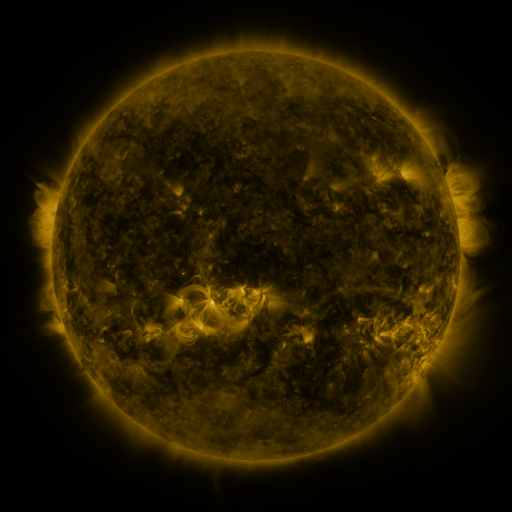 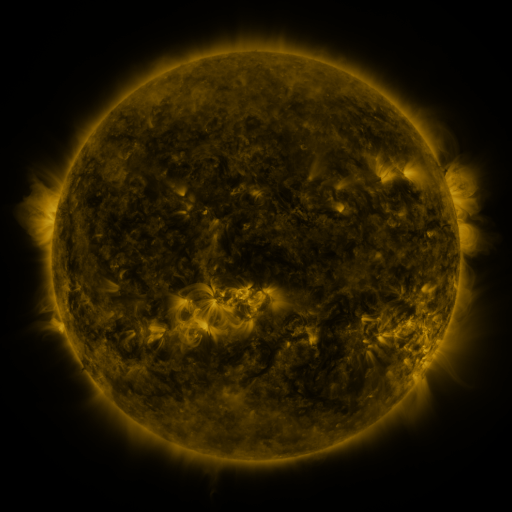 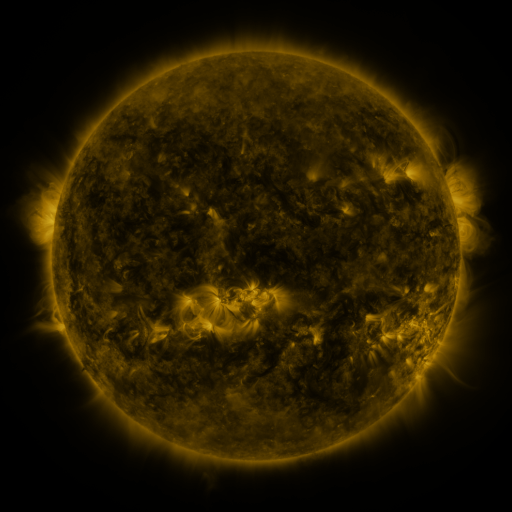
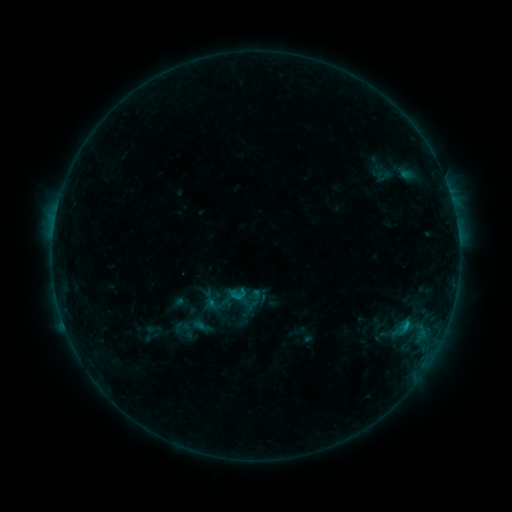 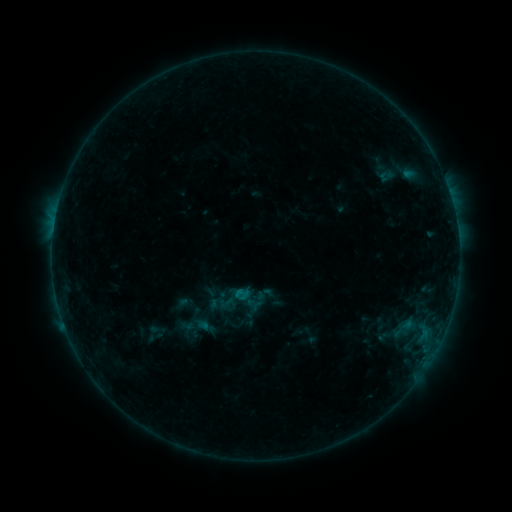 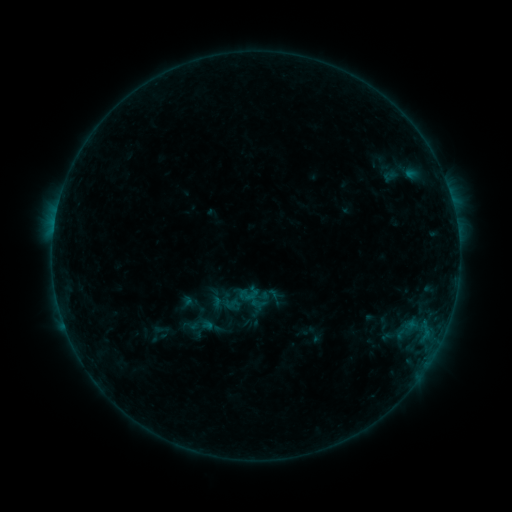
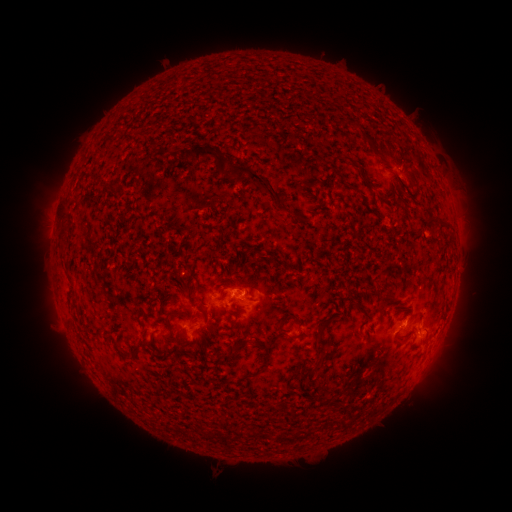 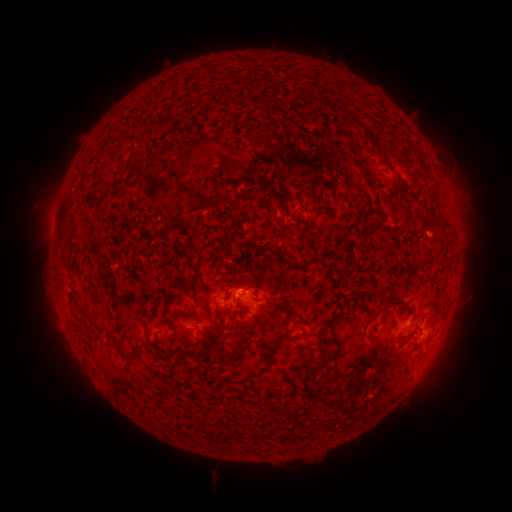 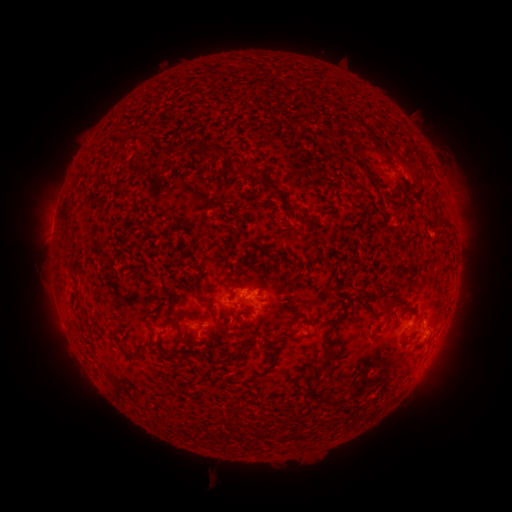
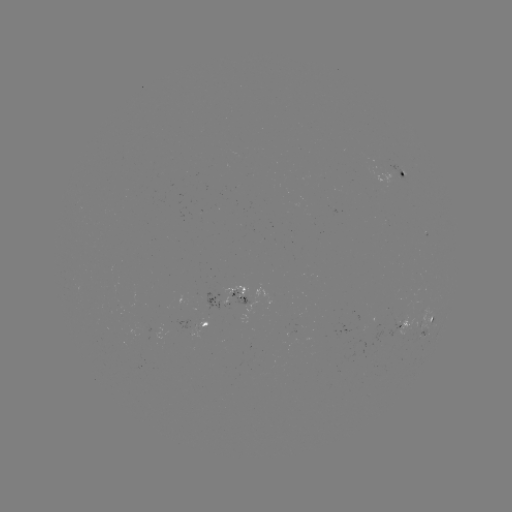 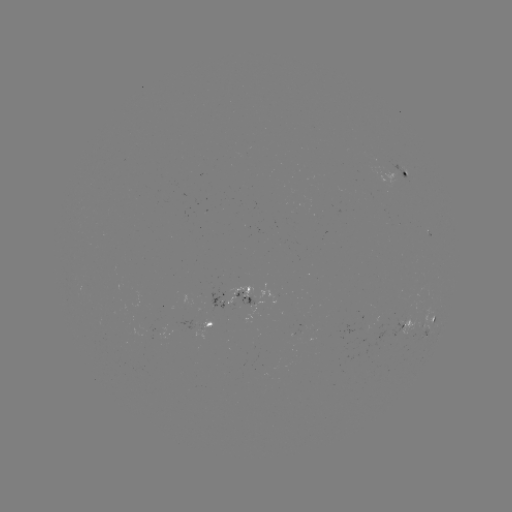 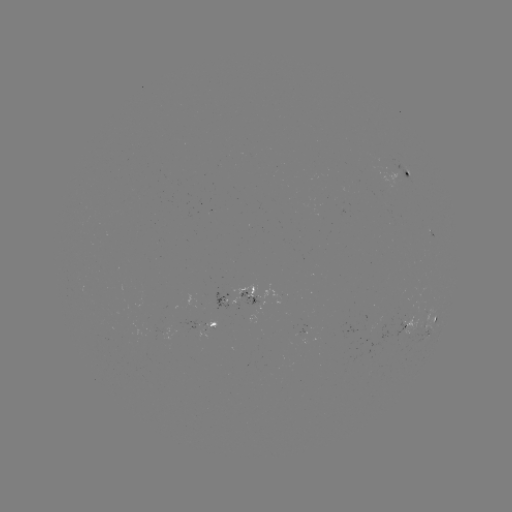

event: filament eruption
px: (268, 118)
